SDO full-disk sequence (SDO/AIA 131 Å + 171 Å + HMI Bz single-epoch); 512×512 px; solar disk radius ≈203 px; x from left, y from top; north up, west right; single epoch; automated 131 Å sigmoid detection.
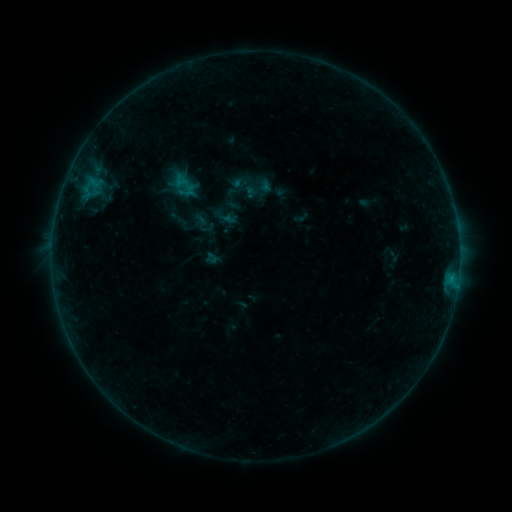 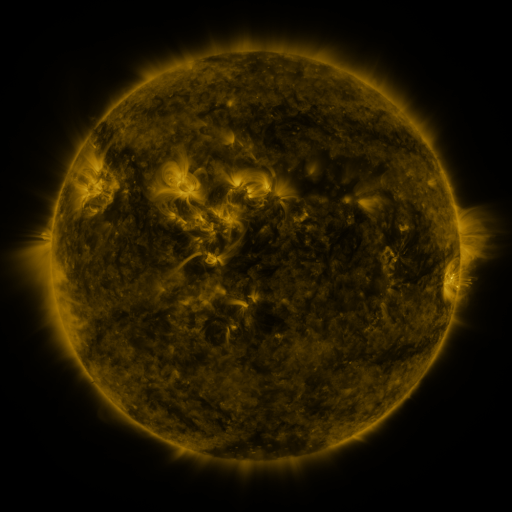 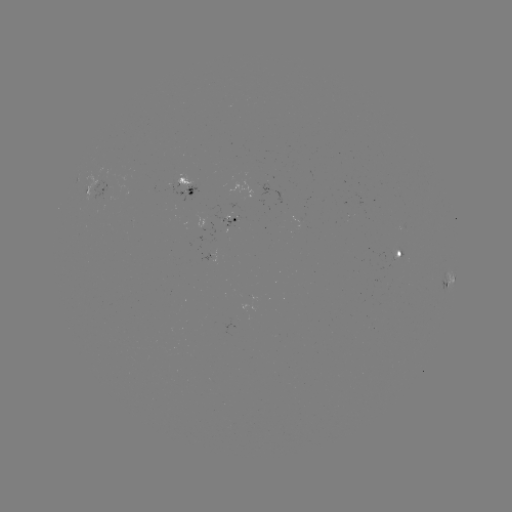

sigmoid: [170, 172, 199, 201]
